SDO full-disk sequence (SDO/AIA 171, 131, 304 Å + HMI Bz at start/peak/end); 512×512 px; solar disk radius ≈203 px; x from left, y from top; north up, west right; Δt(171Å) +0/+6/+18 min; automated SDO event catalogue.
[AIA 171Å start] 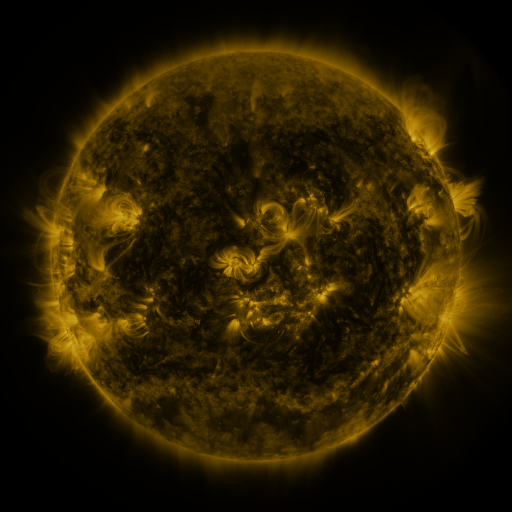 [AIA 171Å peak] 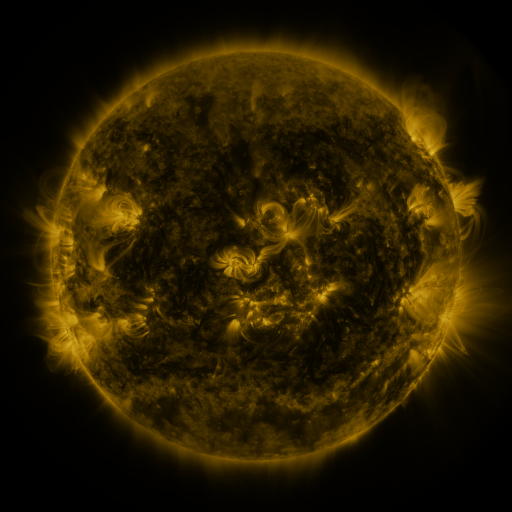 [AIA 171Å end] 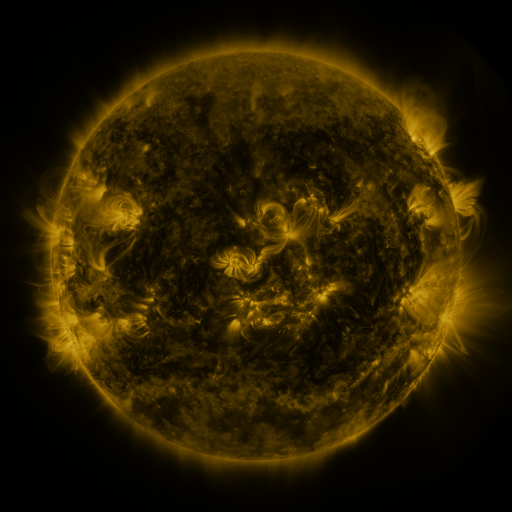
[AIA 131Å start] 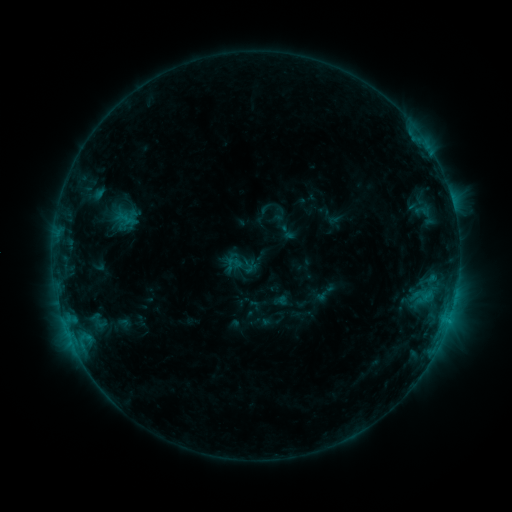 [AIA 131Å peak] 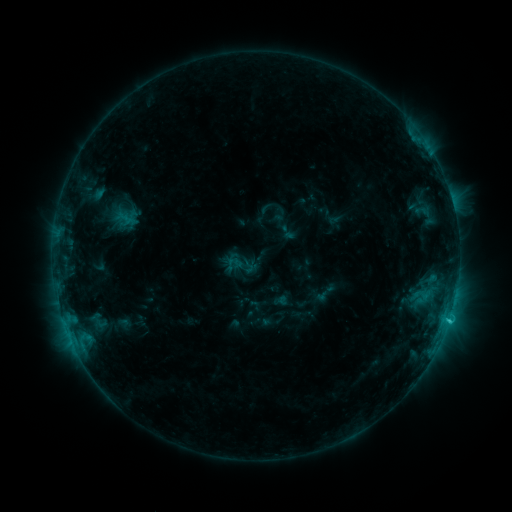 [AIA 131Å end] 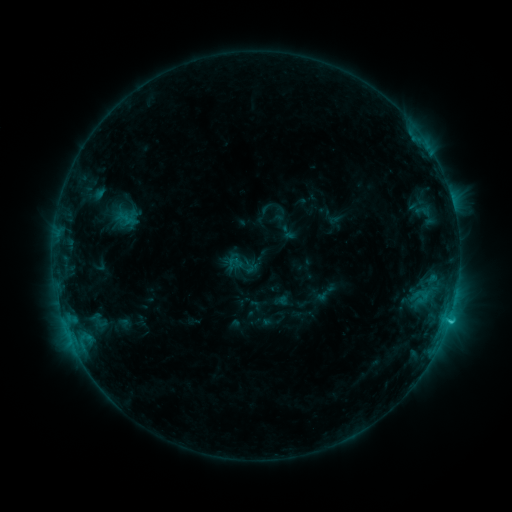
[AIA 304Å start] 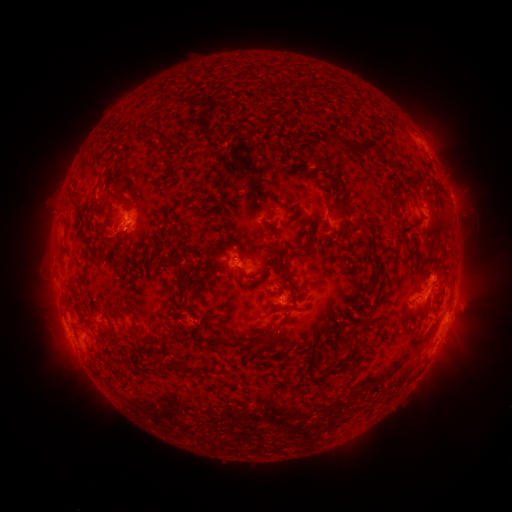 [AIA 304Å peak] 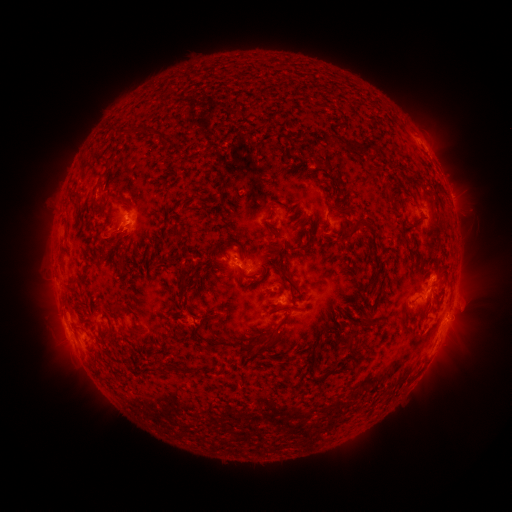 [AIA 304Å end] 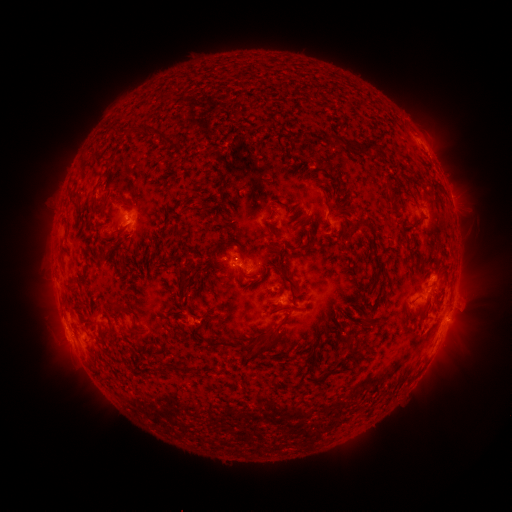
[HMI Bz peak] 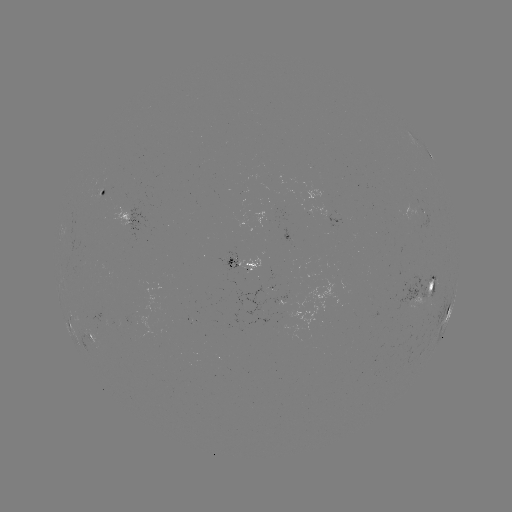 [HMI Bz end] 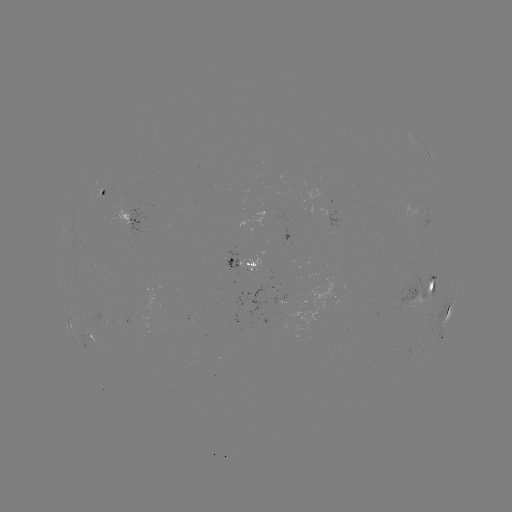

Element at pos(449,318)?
C2.3 flare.